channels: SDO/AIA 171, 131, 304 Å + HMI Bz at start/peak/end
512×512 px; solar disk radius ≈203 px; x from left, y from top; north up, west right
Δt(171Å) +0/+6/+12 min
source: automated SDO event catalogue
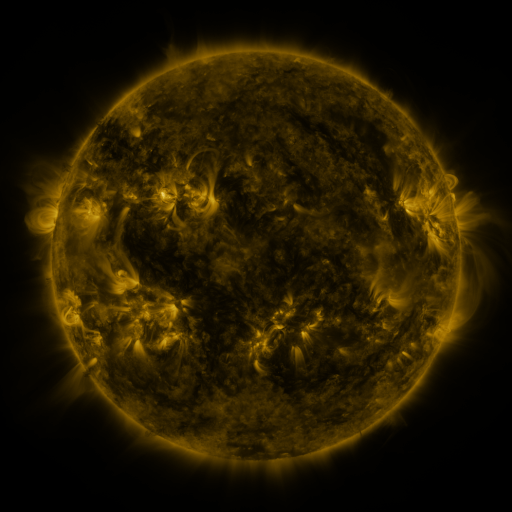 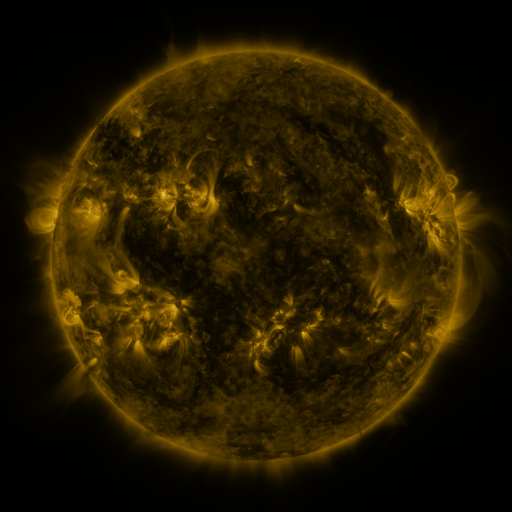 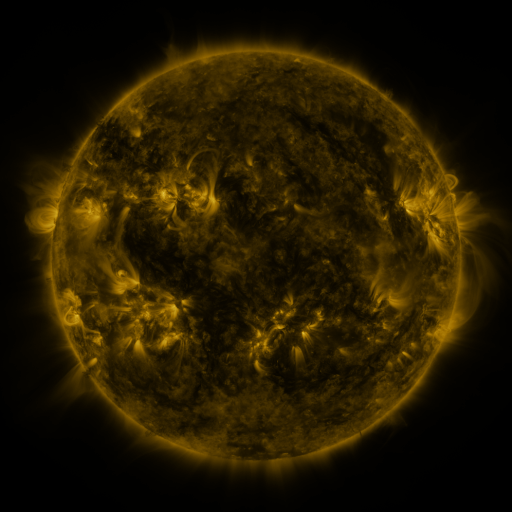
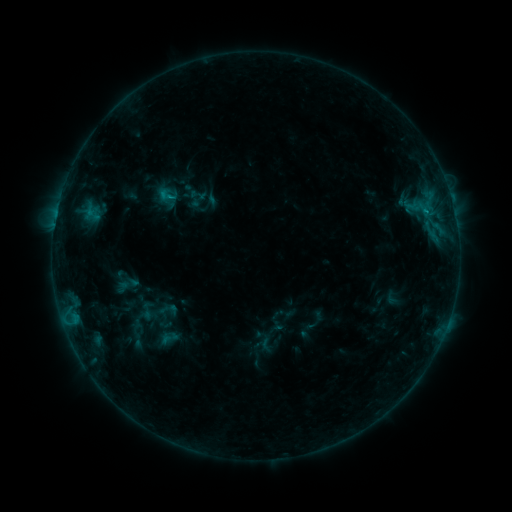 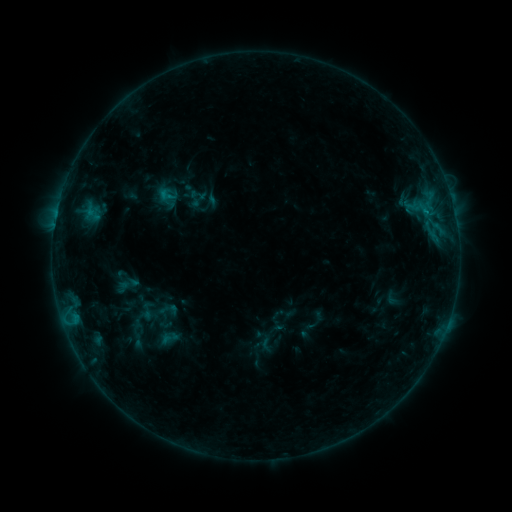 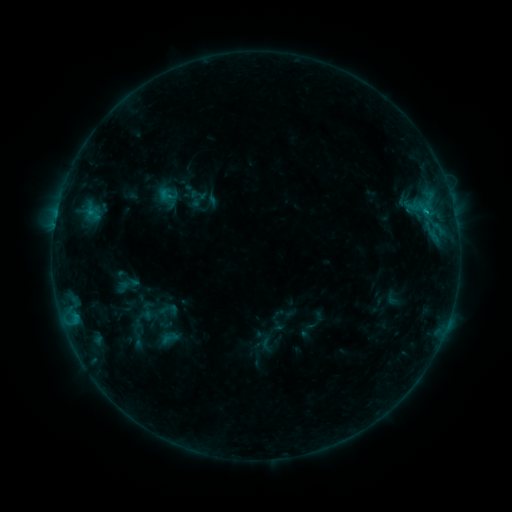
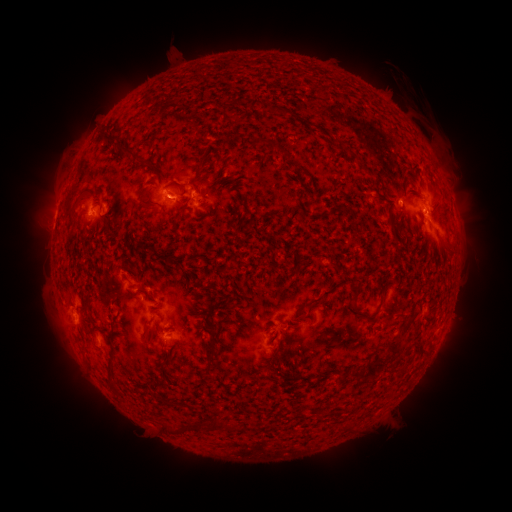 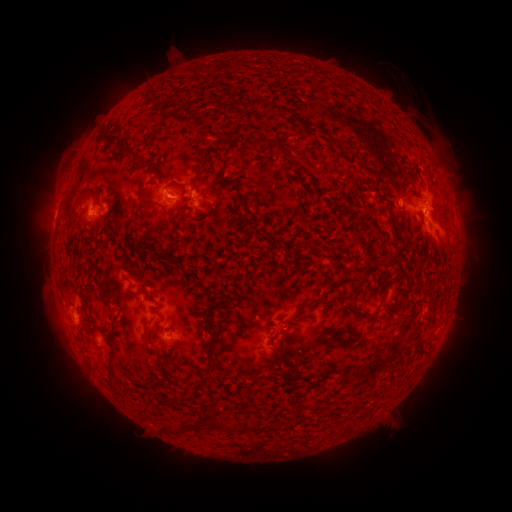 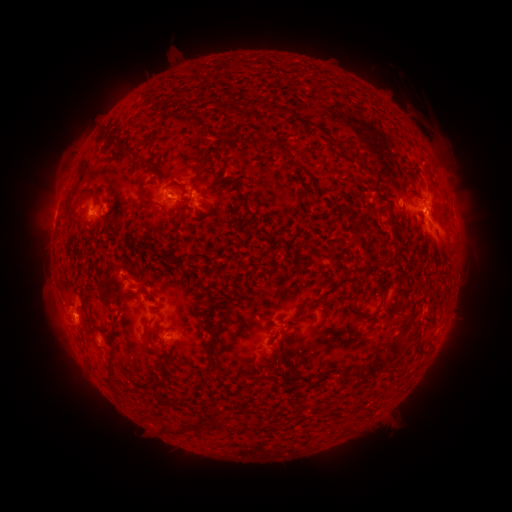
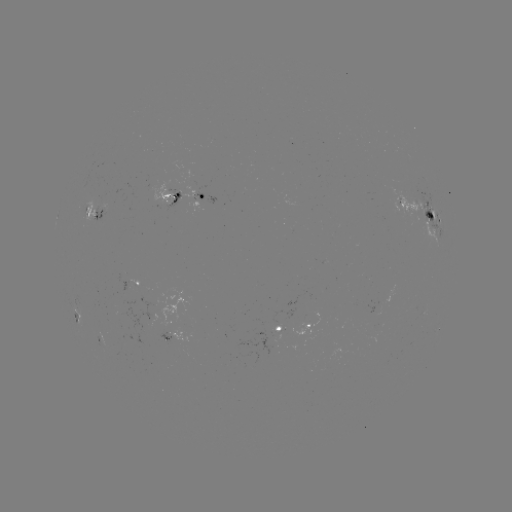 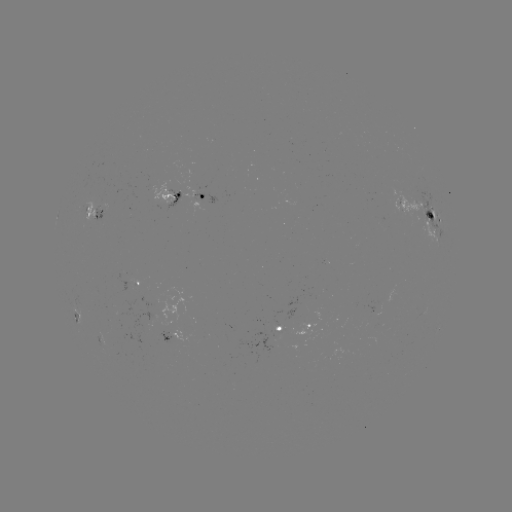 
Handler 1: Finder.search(C1.0 flare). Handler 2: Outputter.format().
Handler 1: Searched C1.0 flare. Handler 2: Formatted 425,212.